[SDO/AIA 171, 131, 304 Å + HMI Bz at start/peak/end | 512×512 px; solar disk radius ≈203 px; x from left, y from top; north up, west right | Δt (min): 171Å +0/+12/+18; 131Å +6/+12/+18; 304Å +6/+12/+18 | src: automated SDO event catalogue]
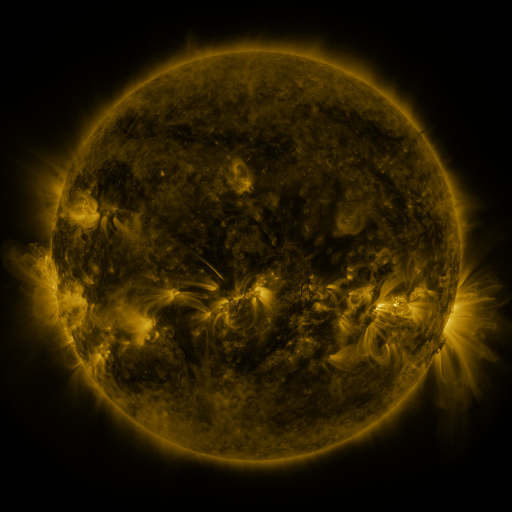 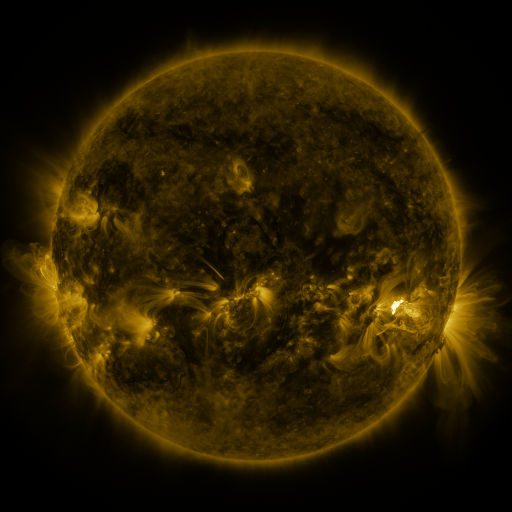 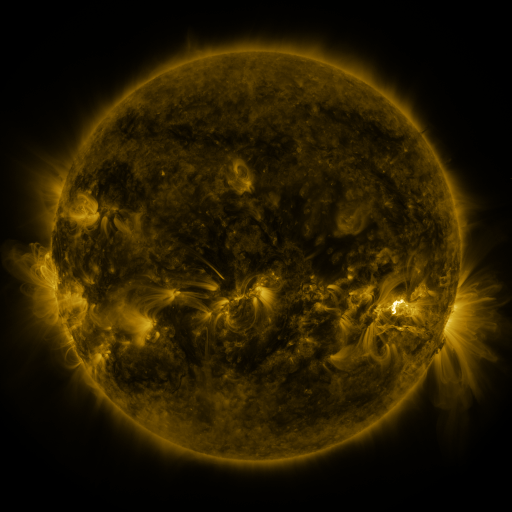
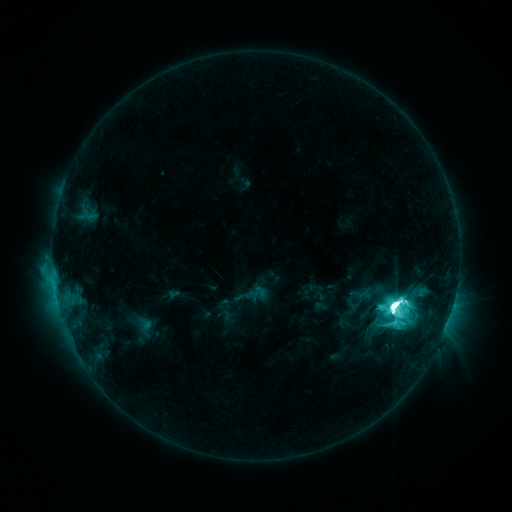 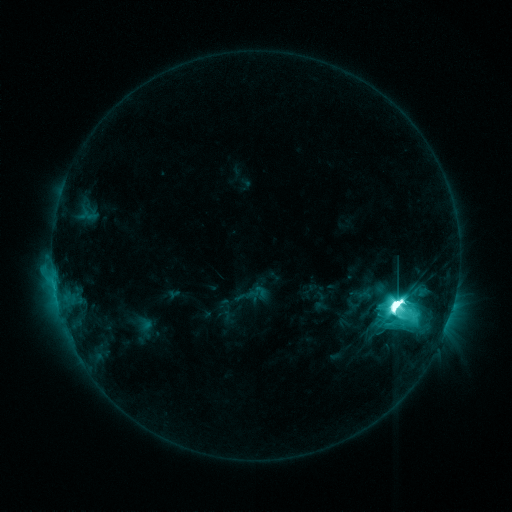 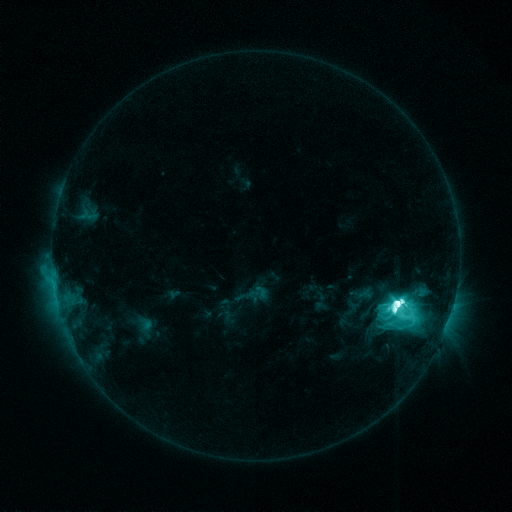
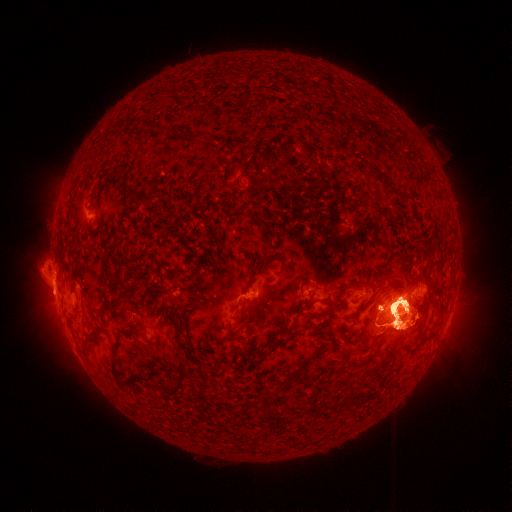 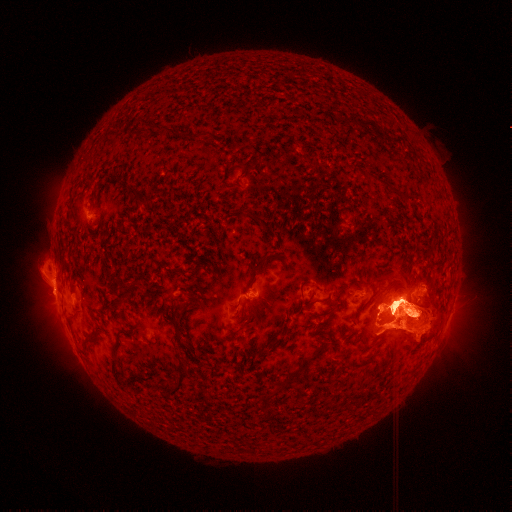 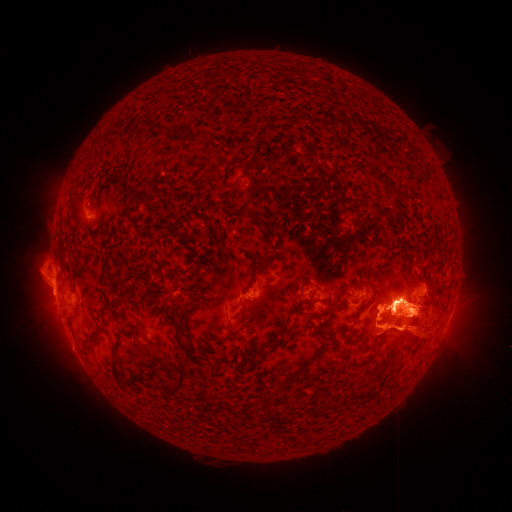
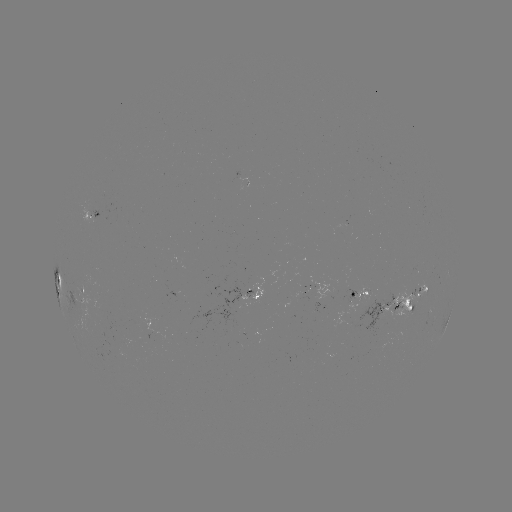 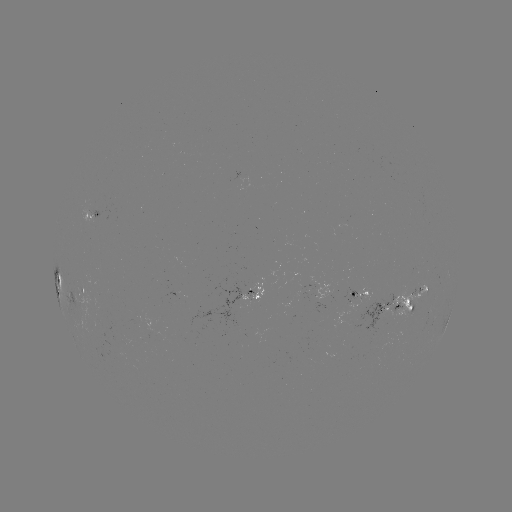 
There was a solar eruption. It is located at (58, 191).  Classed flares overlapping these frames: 1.